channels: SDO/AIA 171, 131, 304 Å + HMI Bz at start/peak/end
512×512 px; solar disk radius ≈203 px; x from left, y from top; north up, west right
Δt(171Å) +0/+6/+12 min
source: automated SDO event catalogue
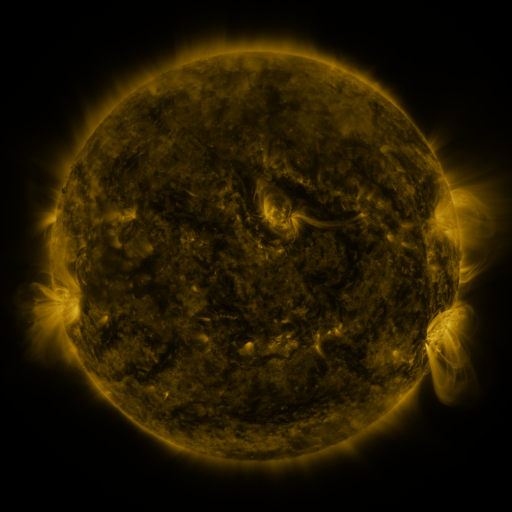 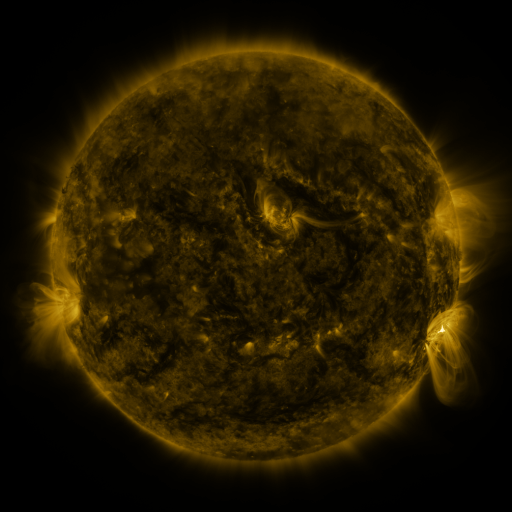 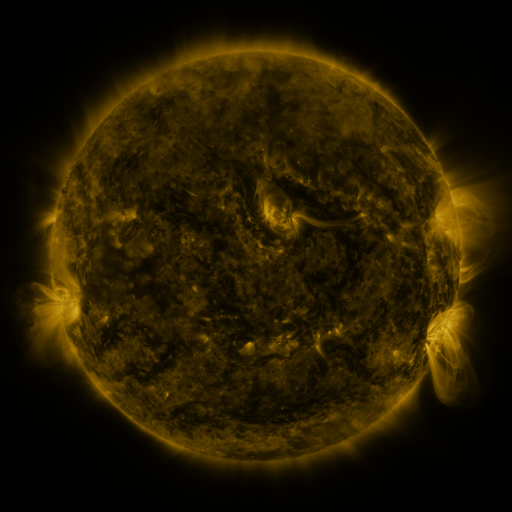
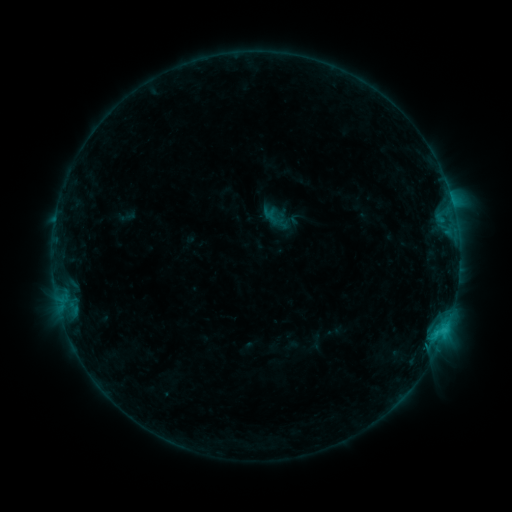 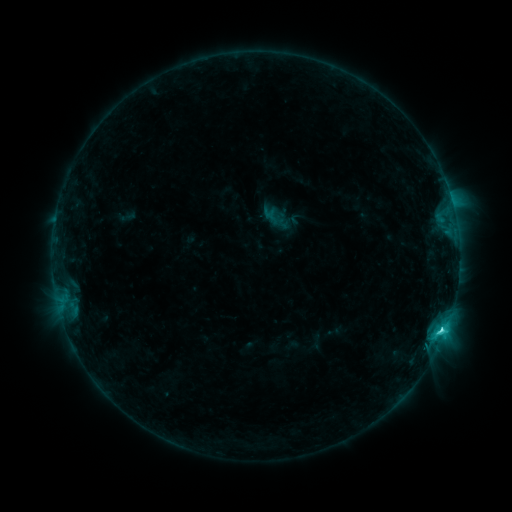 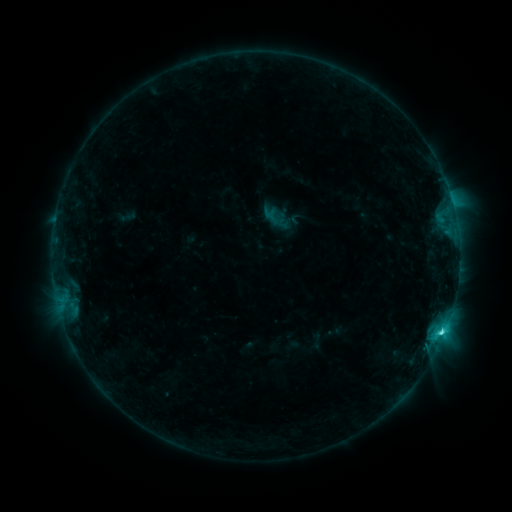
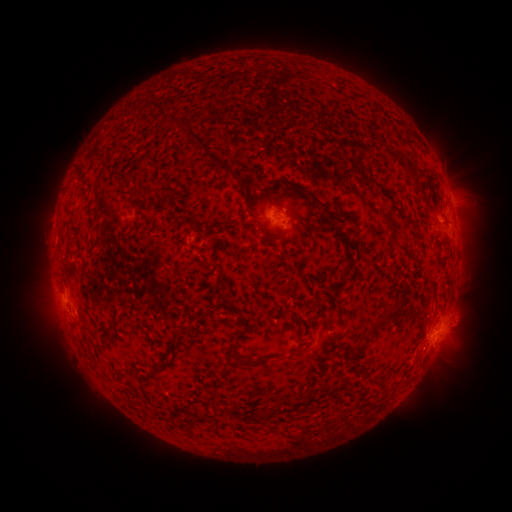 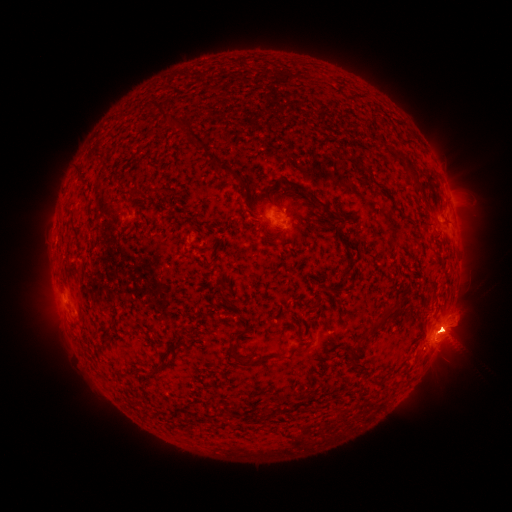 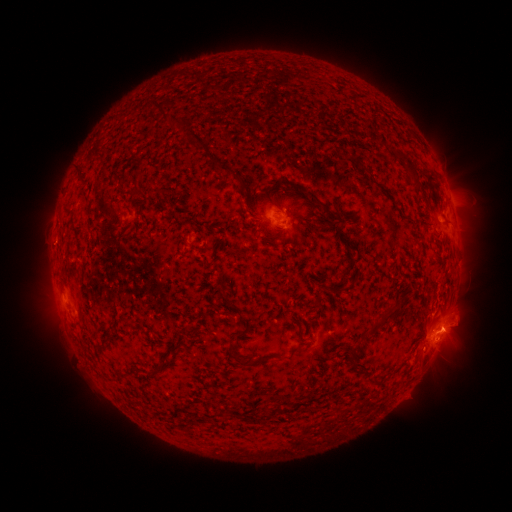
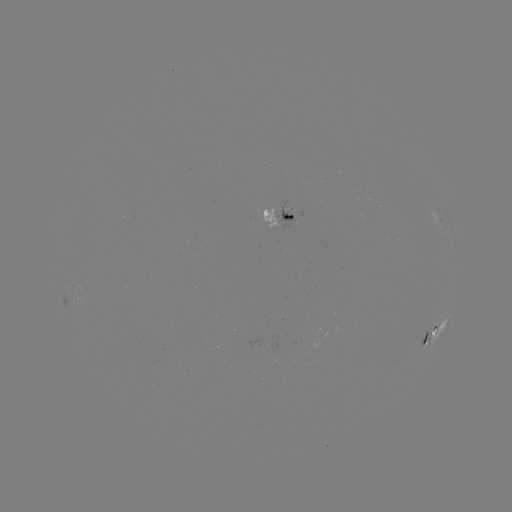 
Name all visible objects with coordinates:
eruption: (454, 334)
